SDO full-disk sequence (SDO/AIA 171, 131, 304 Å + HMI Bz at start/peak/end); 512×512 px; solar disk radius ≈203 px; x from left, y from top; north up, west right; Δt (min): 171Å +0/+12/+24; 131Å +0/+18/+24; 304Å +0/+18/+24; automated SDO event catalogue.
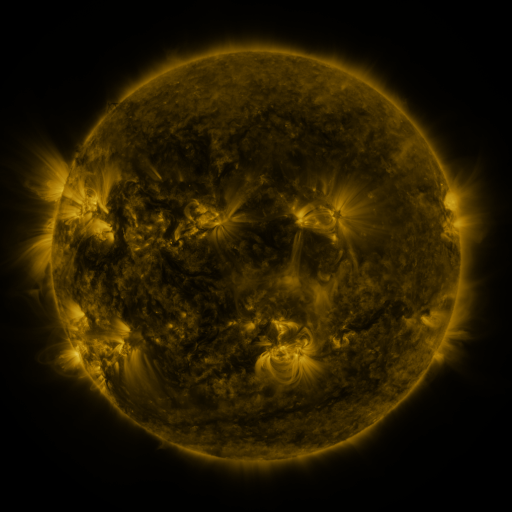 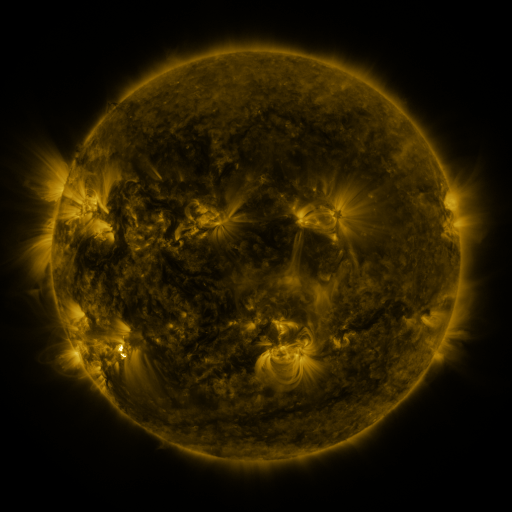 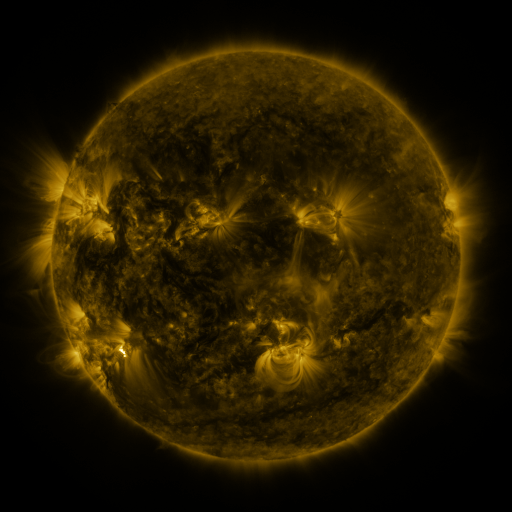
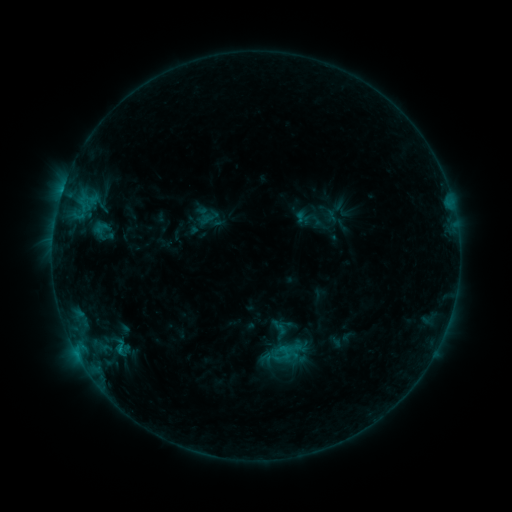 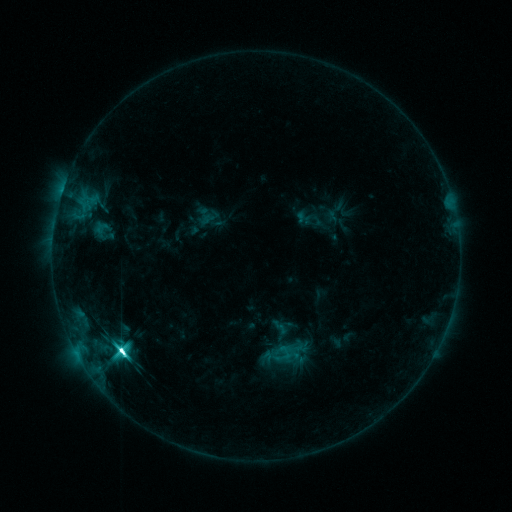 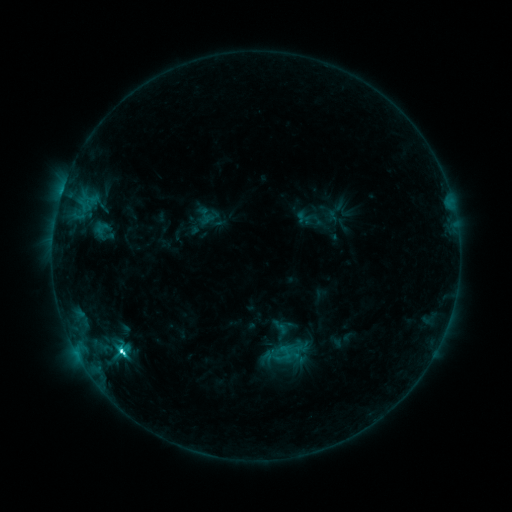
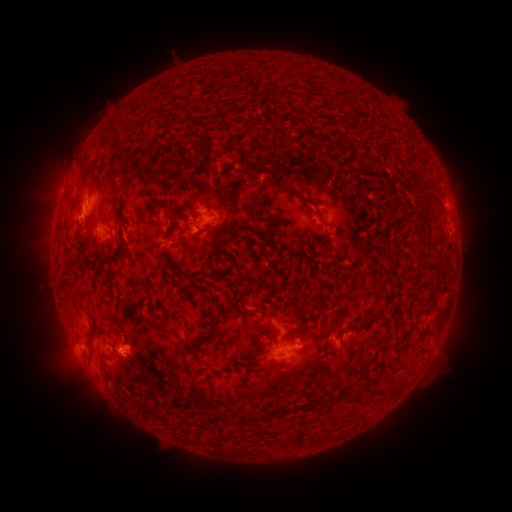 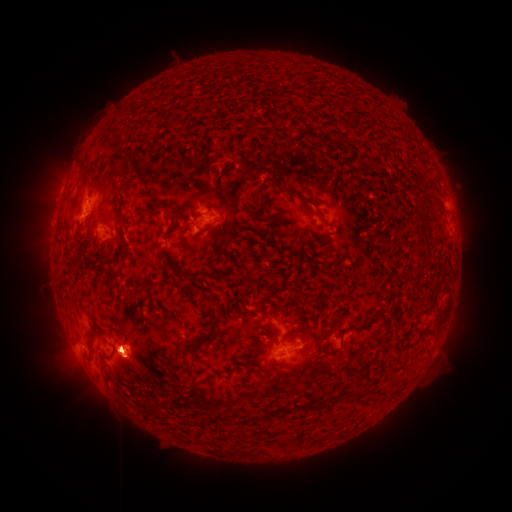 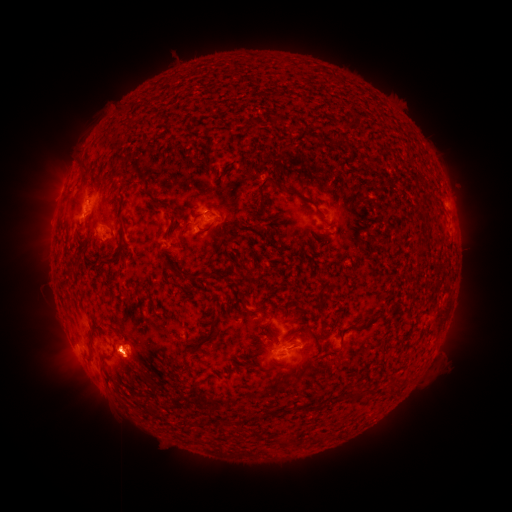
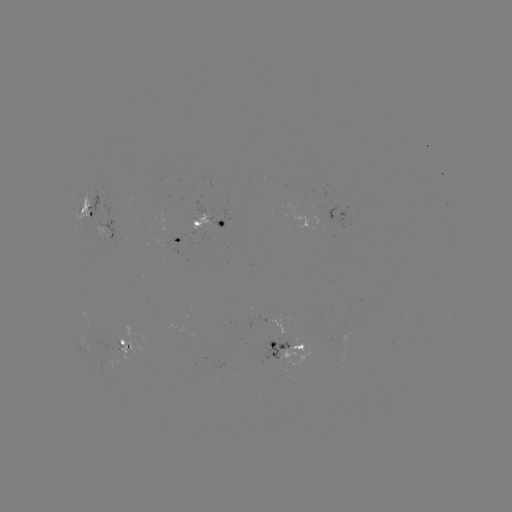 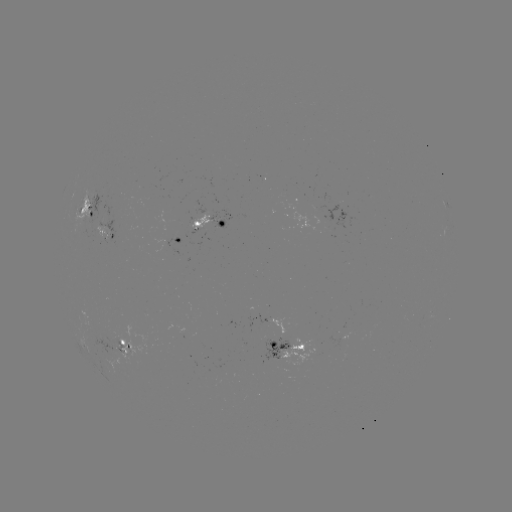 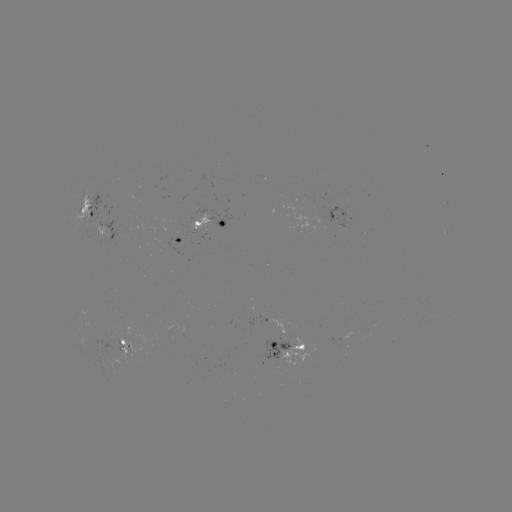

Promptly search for M2.0 flare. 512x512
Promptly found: (120, 348).